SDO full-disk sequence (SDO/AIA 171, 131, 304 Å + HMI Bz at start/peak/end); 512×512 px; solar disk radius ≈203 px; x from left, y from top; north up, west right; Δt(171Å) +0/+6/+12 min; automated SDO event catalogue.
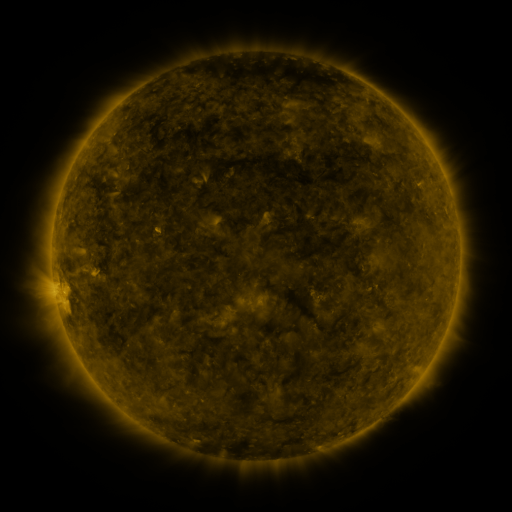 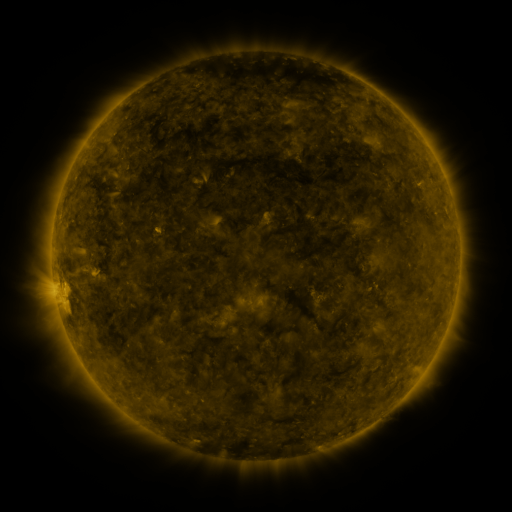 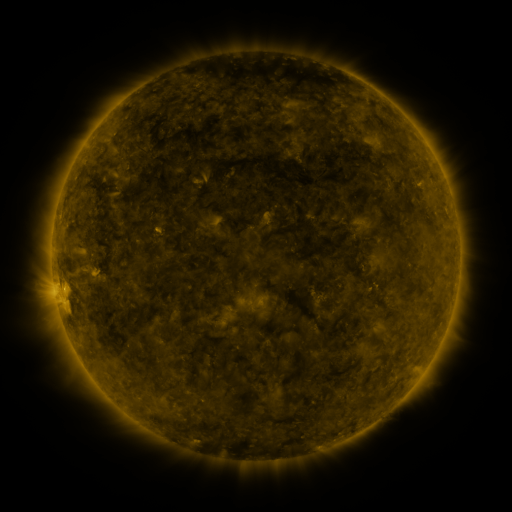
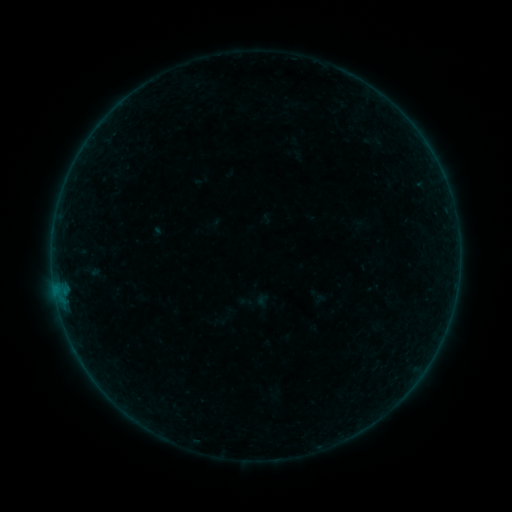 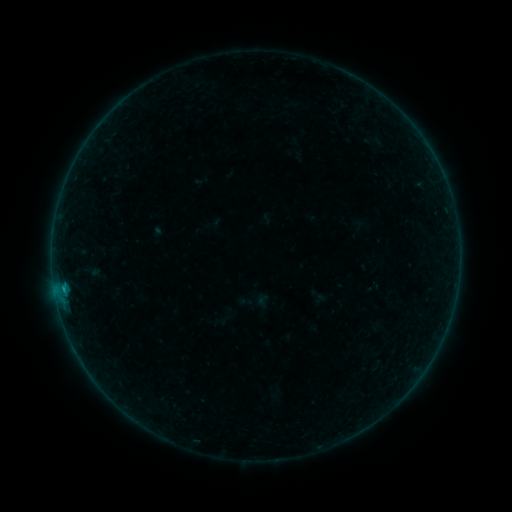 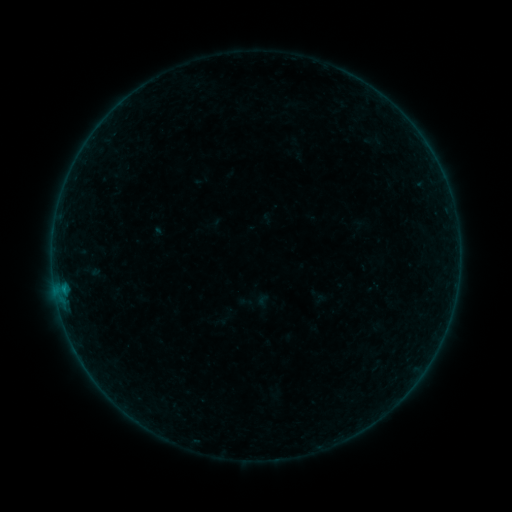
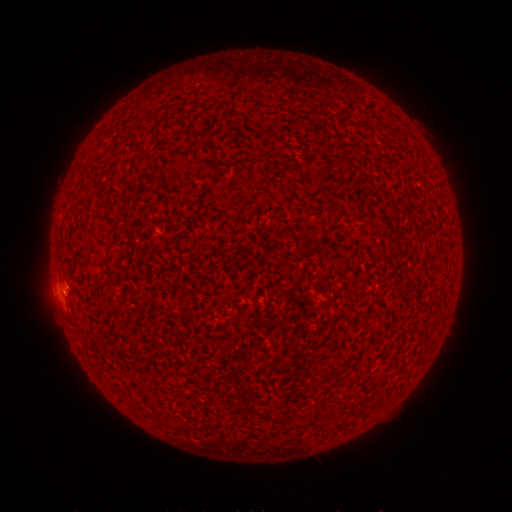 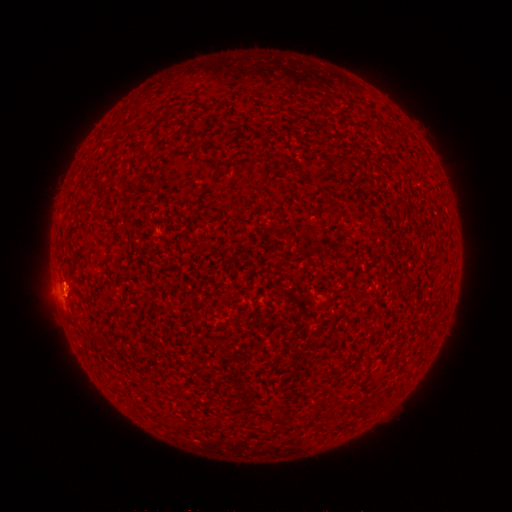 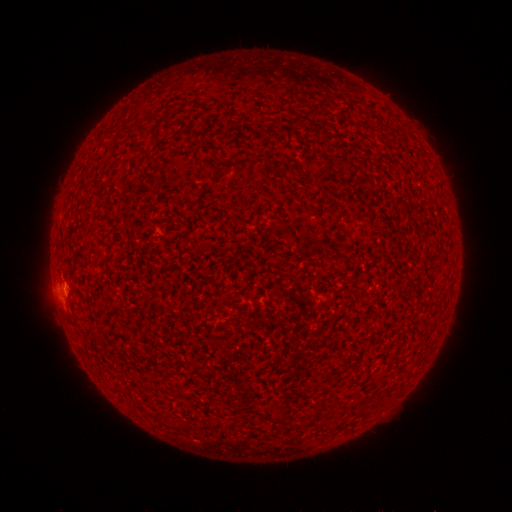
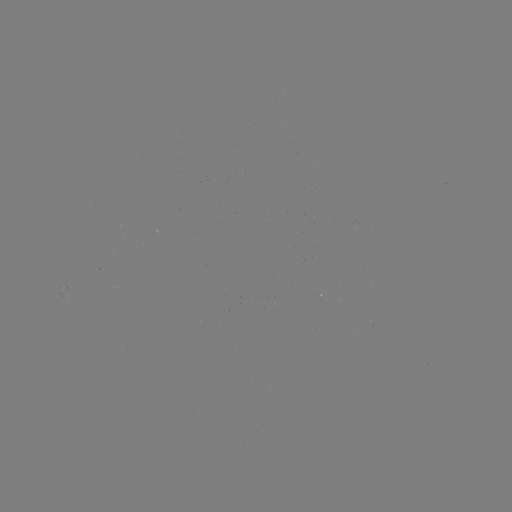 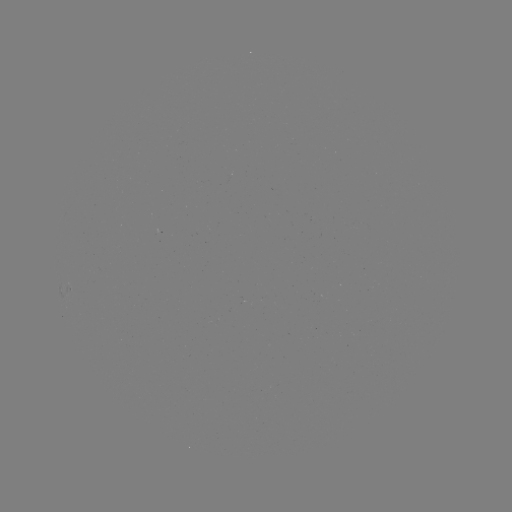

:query B2.1 flare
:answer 63,287